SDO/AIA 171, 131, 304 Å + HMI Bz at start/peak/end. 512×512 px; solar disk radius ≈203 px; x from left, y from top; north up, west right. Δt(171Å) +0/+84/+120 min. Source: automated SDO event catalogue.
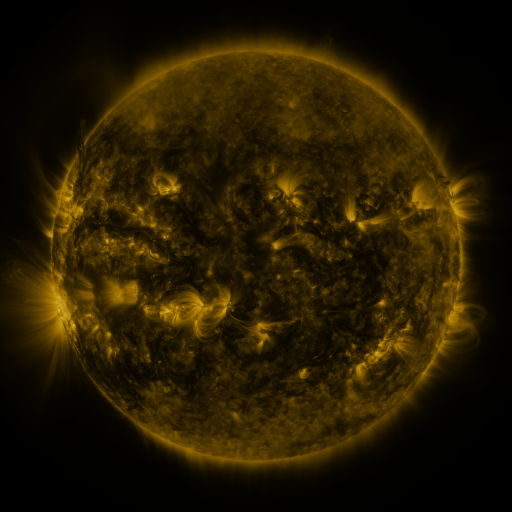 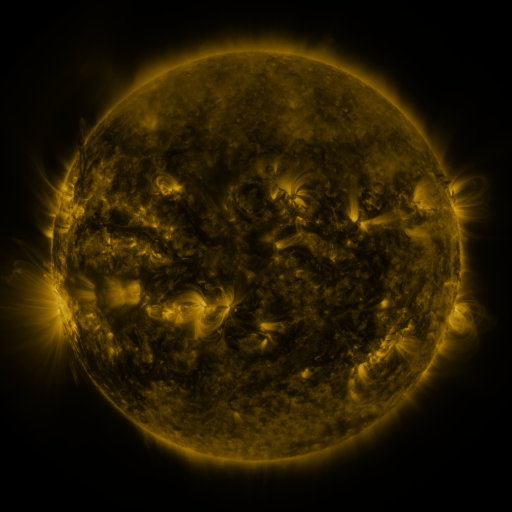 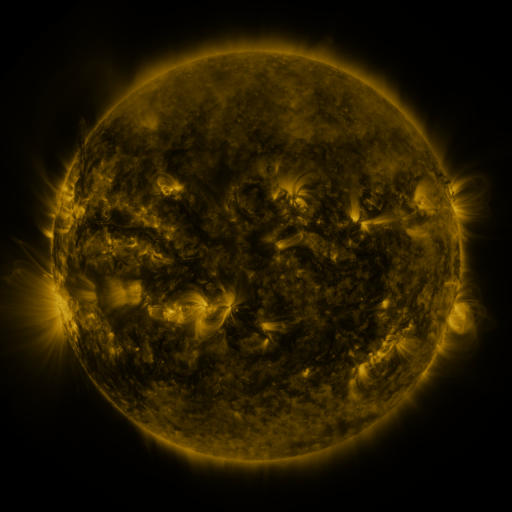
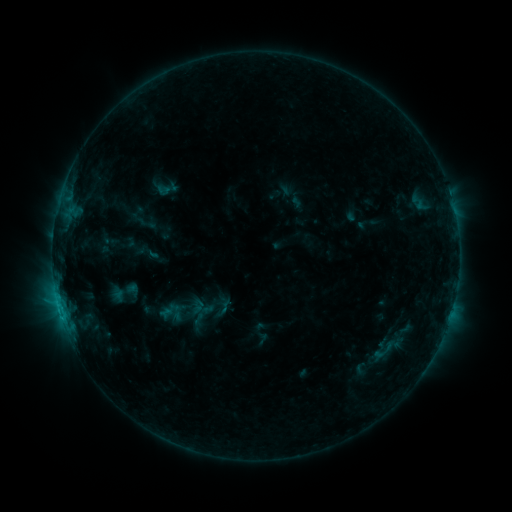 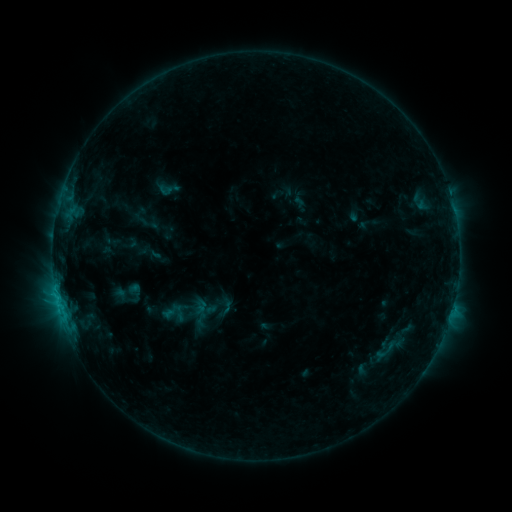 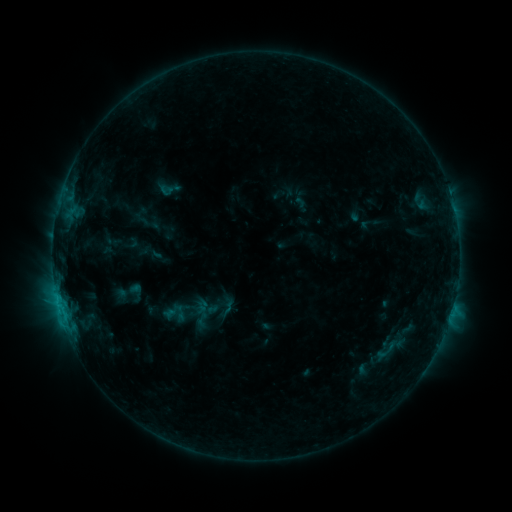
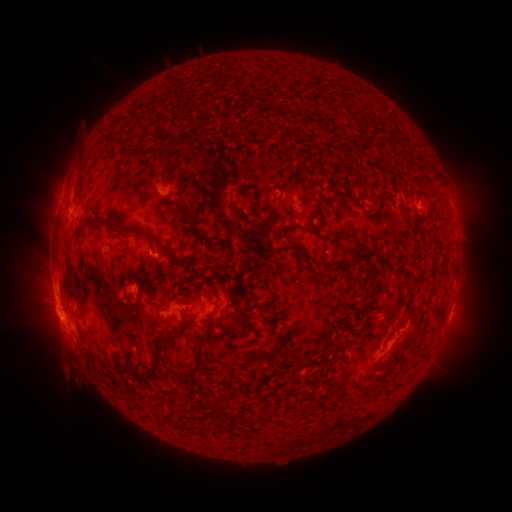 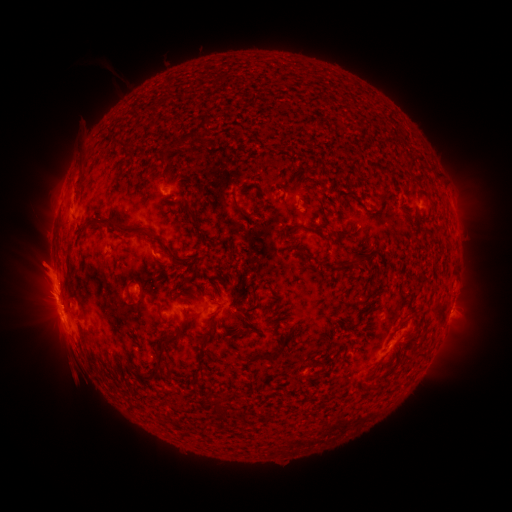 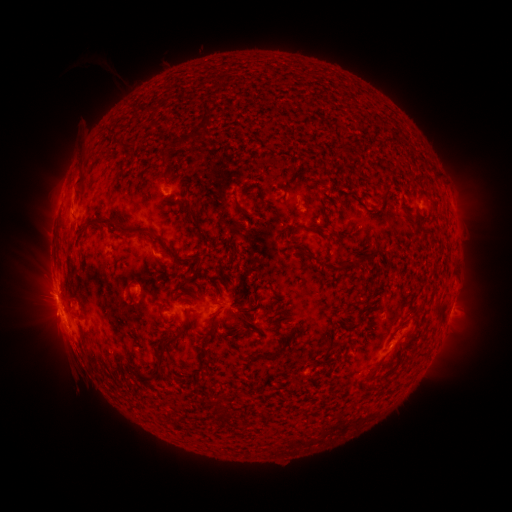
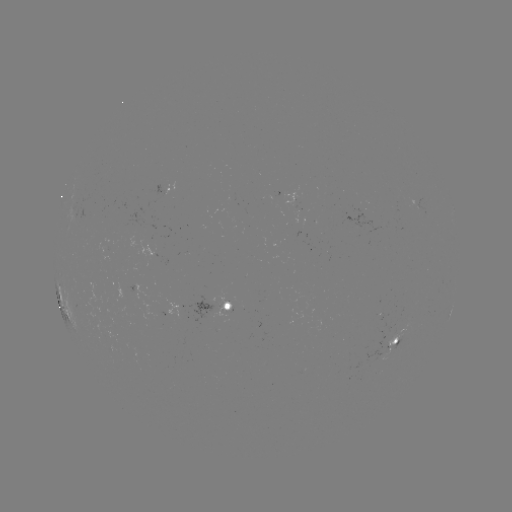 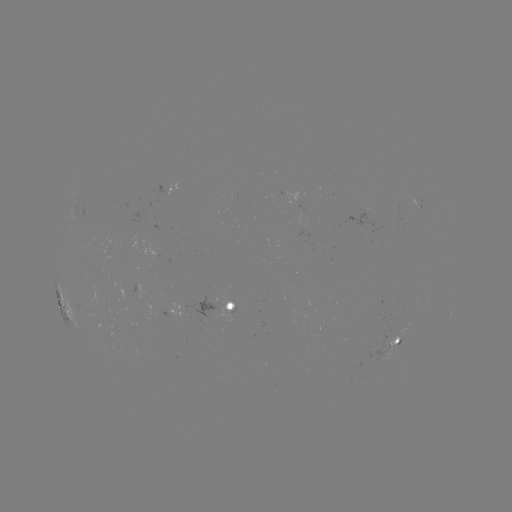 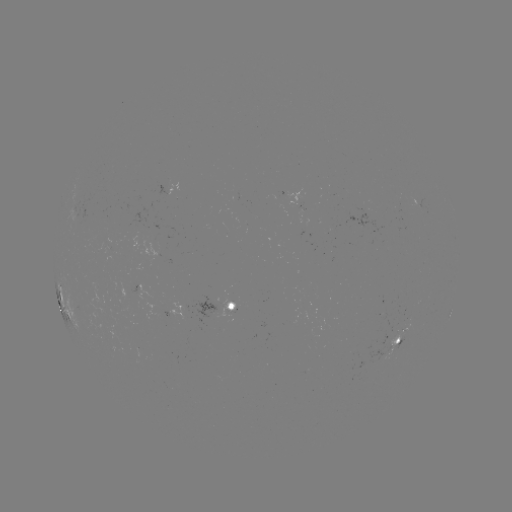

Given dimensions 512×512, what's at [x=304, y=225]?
emerging-flux region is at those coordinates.